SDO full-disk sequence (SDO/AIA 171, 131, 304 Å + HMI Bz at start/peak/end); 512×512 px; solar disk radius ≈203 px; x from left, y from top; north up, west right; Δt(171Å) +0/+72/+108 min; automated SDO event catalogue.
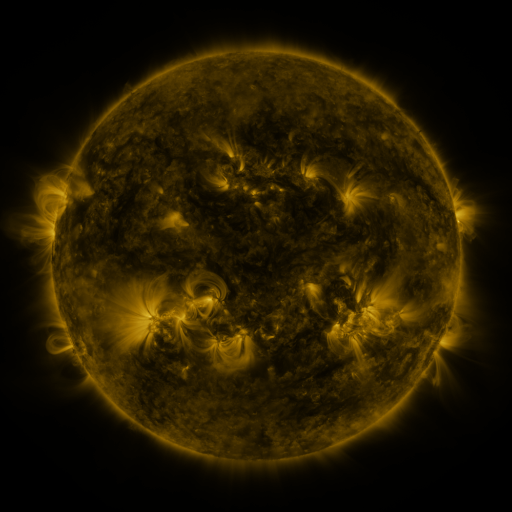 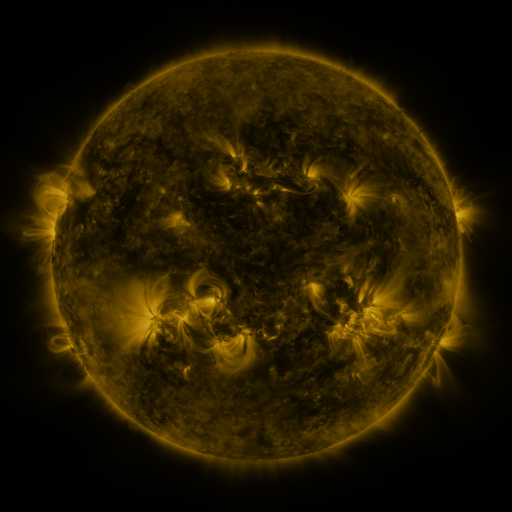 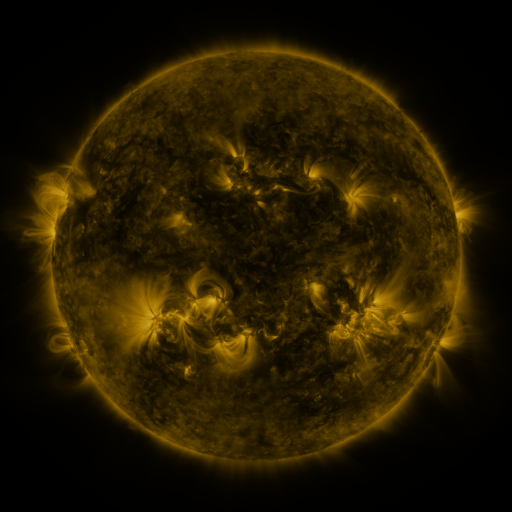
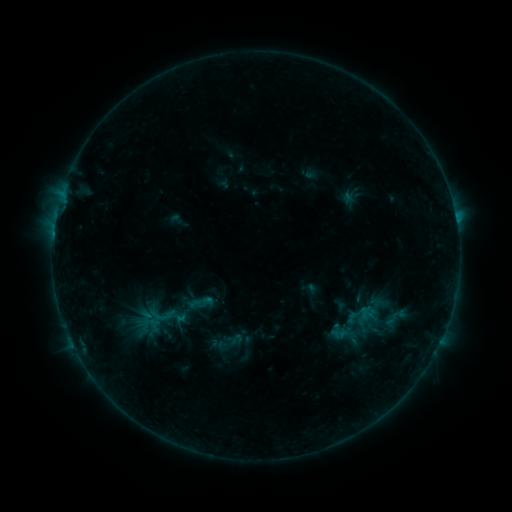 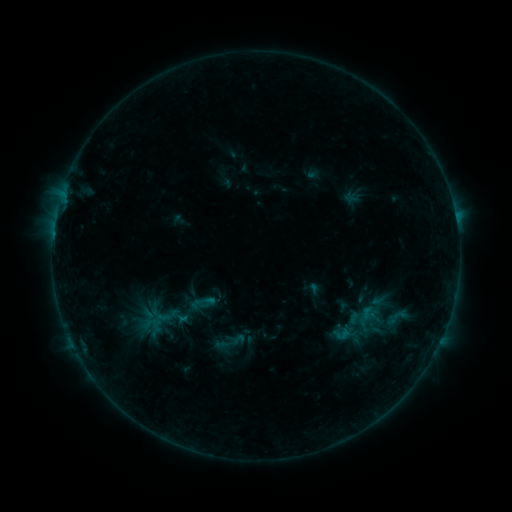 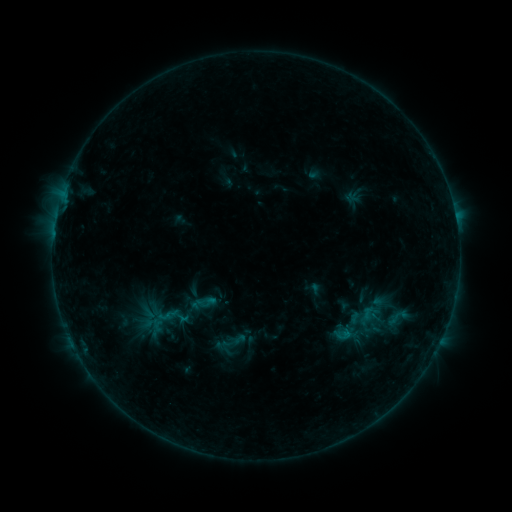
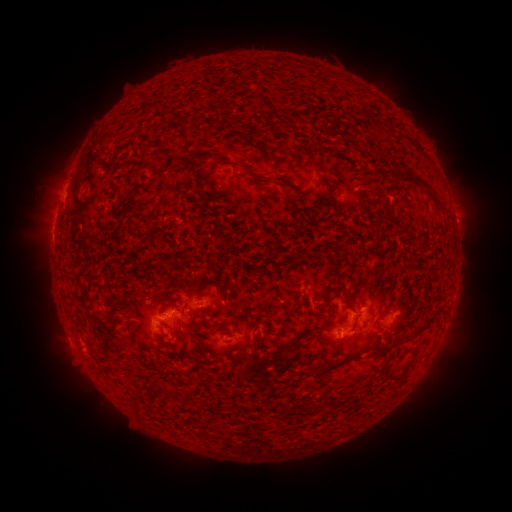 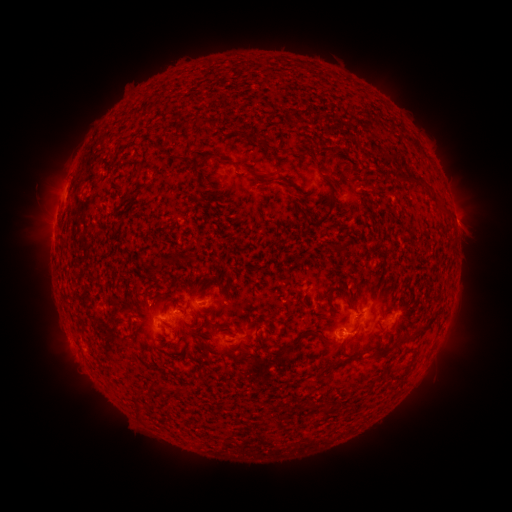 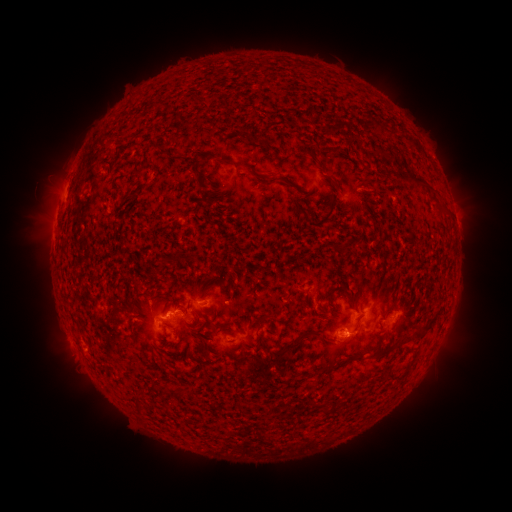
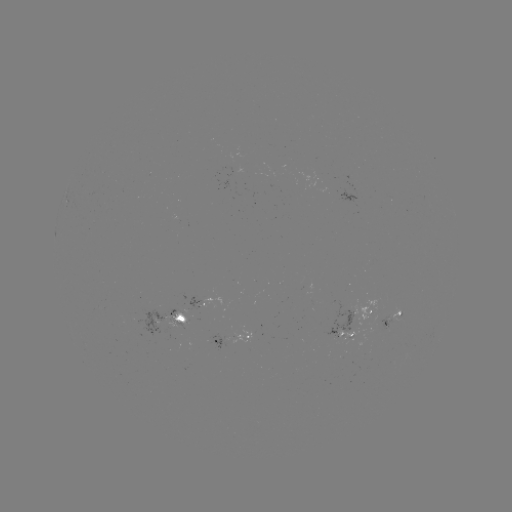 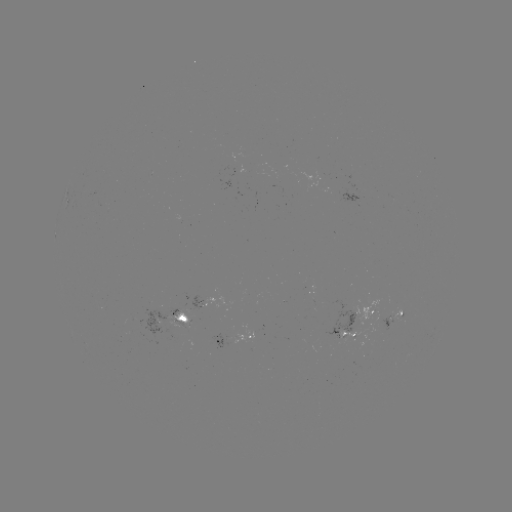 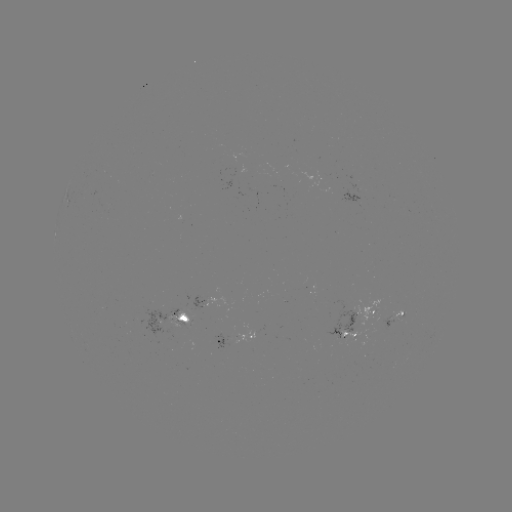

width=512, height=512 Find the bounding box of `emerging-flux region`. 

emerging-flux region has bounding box [238, 165, 248, 175].